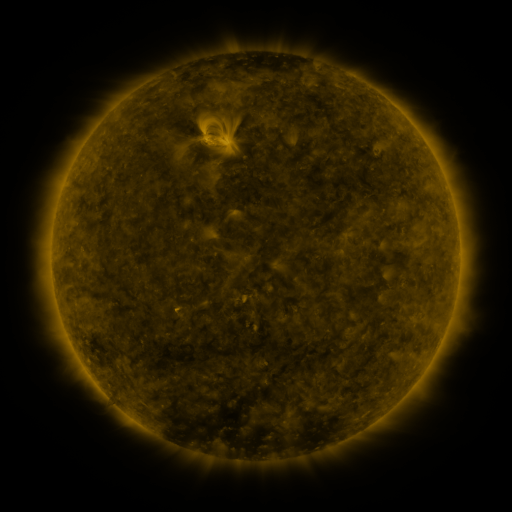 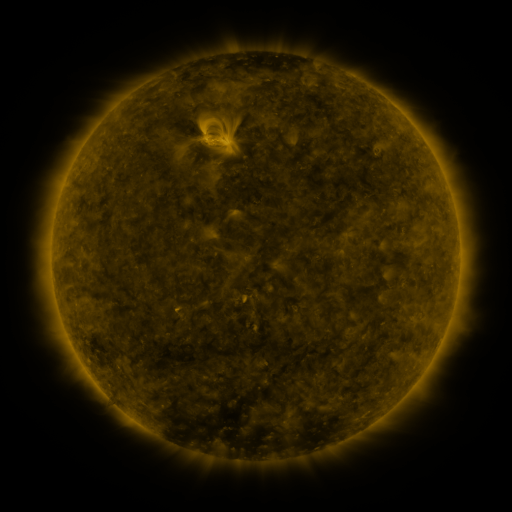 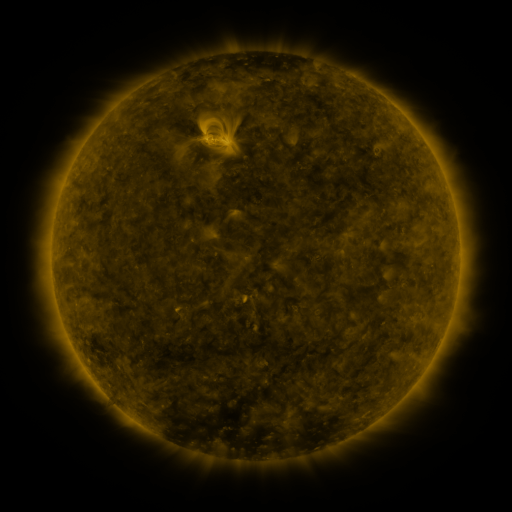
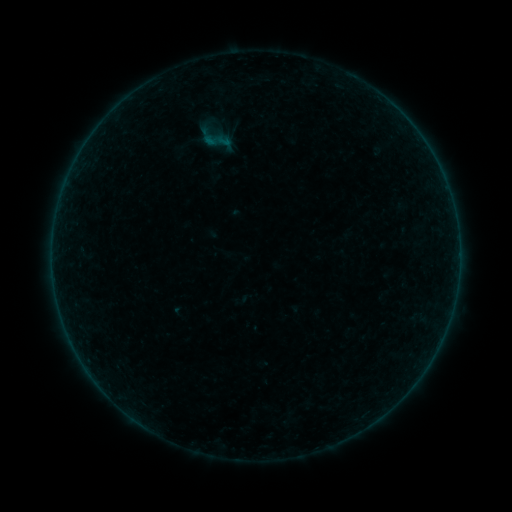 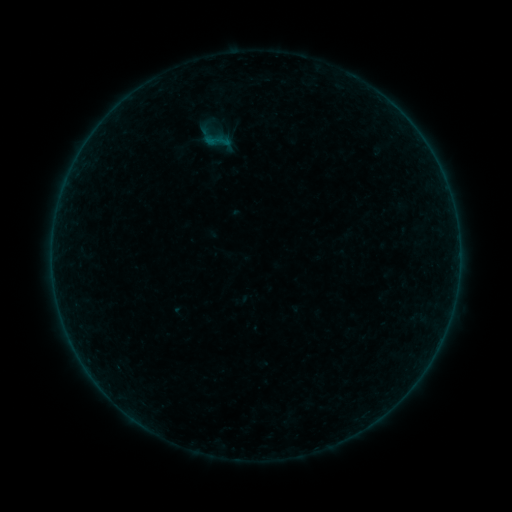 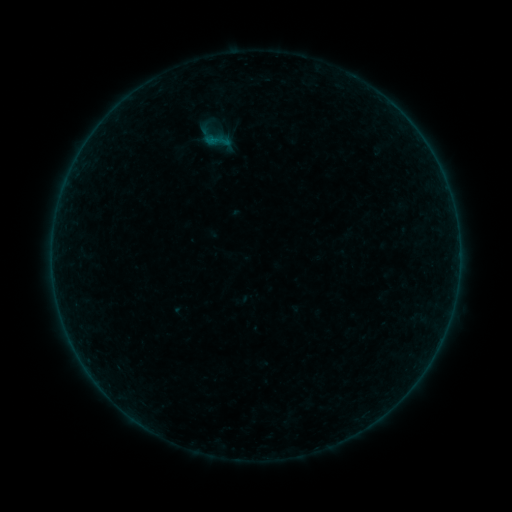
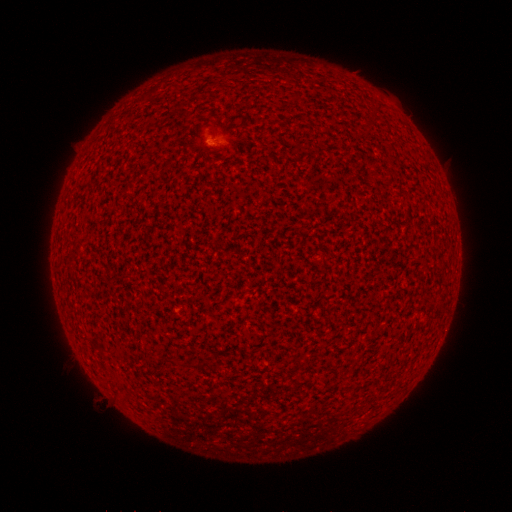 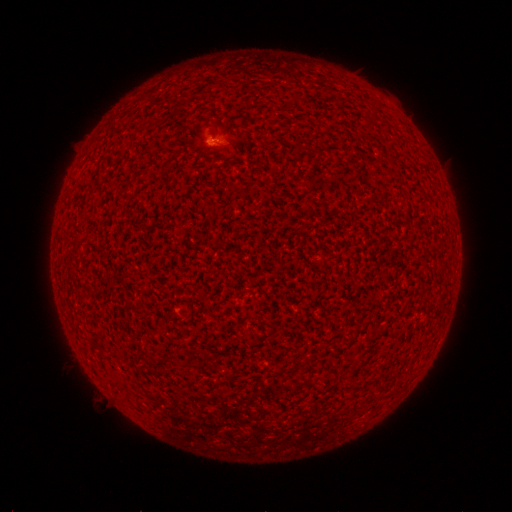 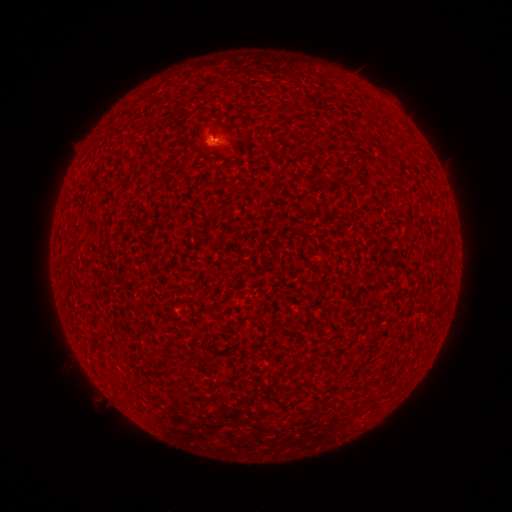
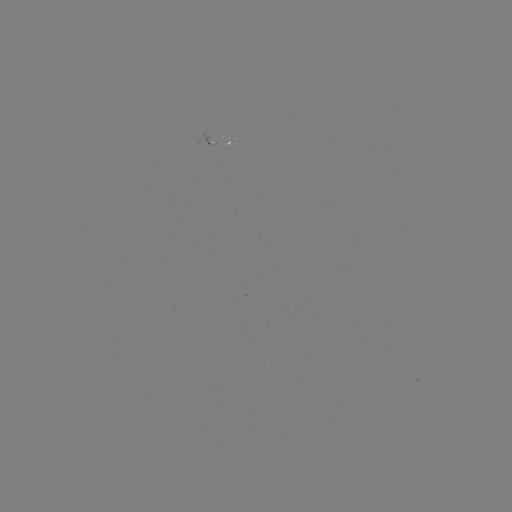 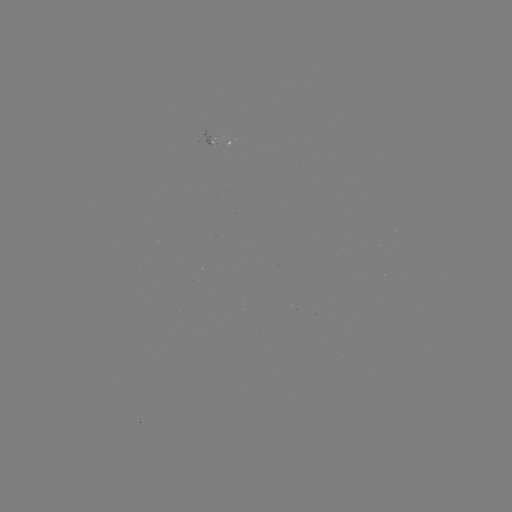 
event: flare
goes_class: A8.5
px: (215, 141)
